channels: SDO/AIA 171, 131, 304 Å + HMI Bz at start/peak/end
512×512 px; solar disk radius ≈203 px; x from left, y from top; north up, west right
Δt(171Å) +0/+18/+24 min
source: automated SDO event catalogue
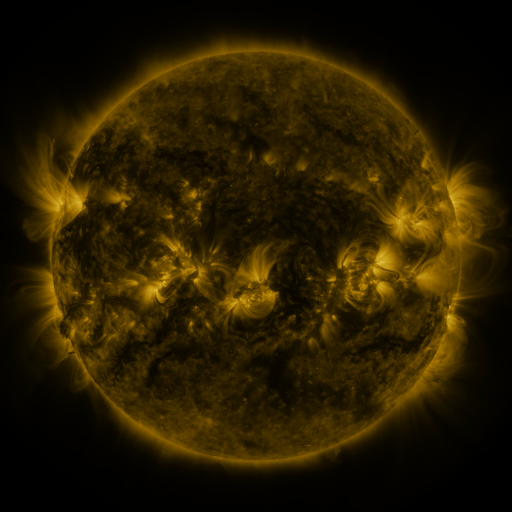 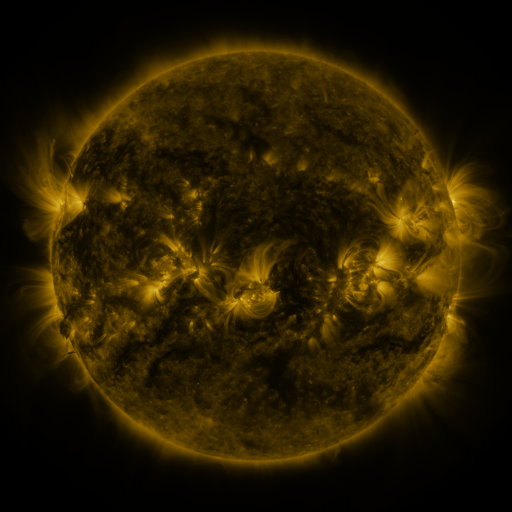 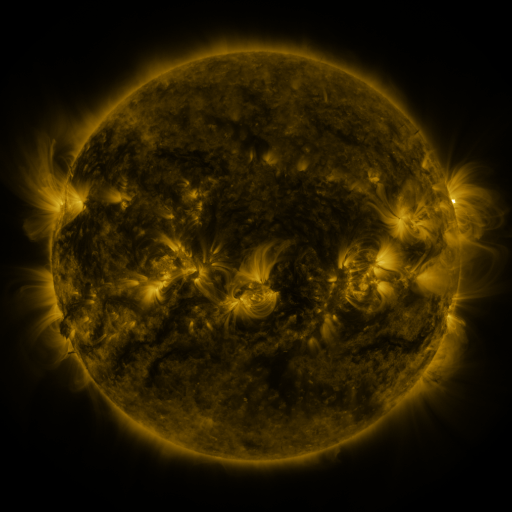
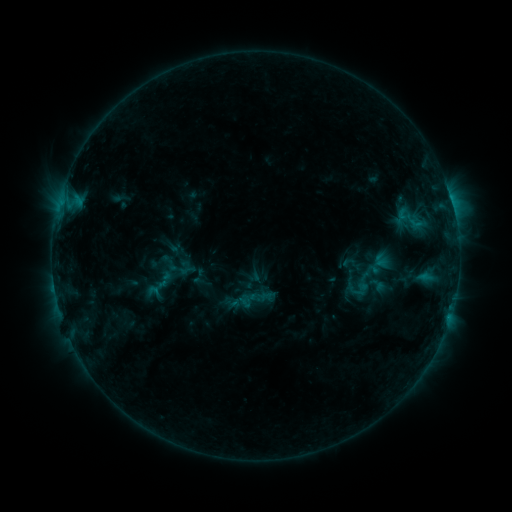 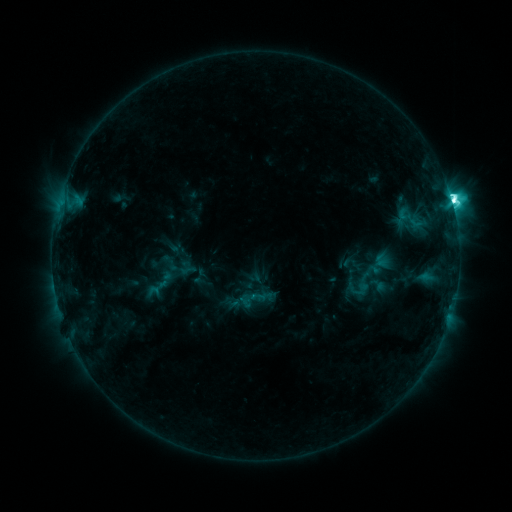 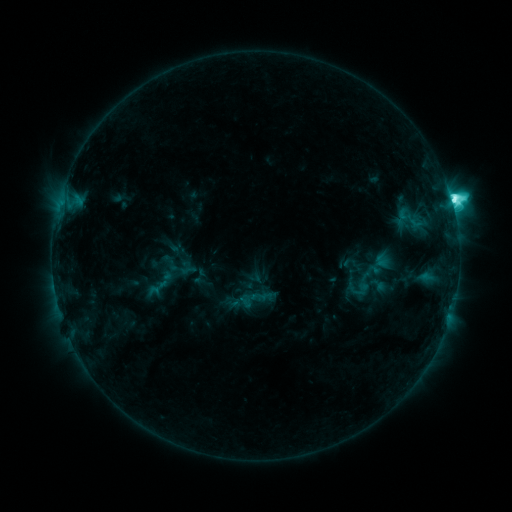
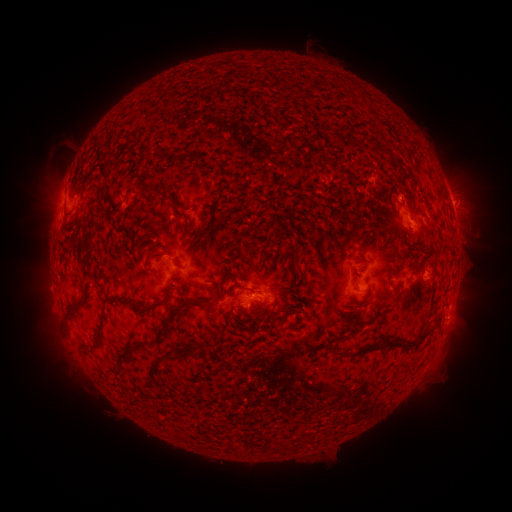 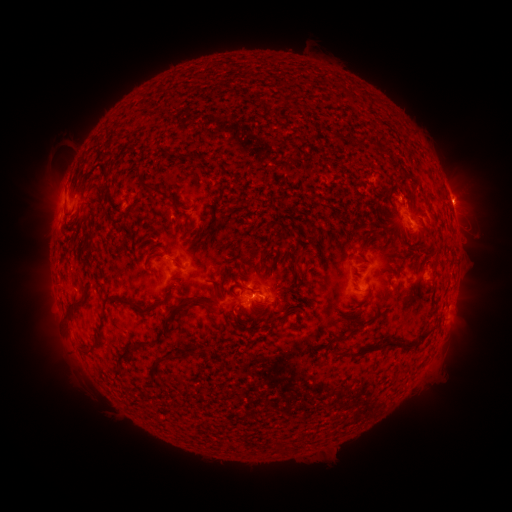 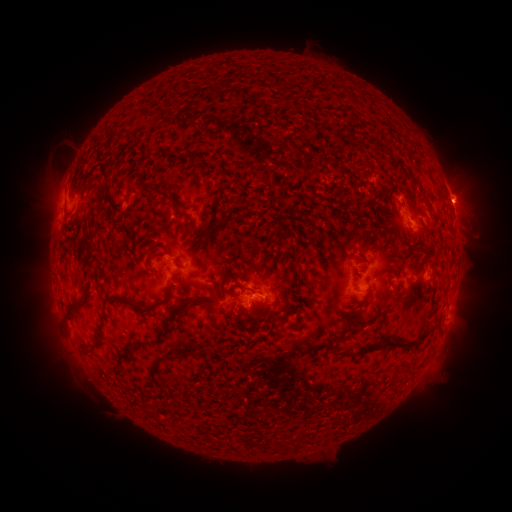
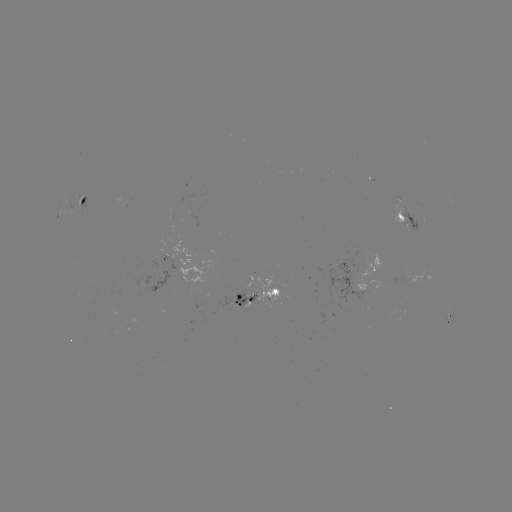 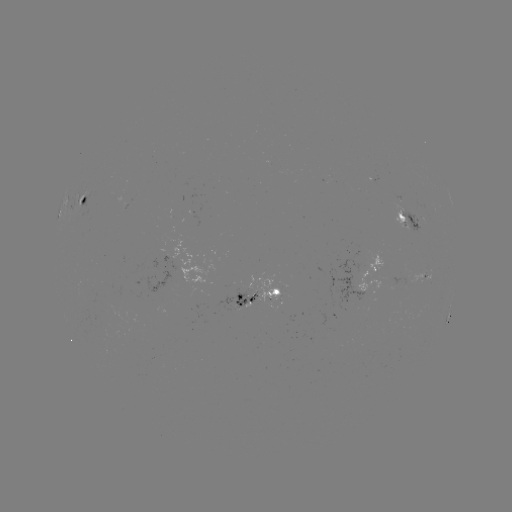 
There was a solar flare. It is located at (451, 202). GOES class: M1.2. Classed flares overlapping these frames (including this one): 1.